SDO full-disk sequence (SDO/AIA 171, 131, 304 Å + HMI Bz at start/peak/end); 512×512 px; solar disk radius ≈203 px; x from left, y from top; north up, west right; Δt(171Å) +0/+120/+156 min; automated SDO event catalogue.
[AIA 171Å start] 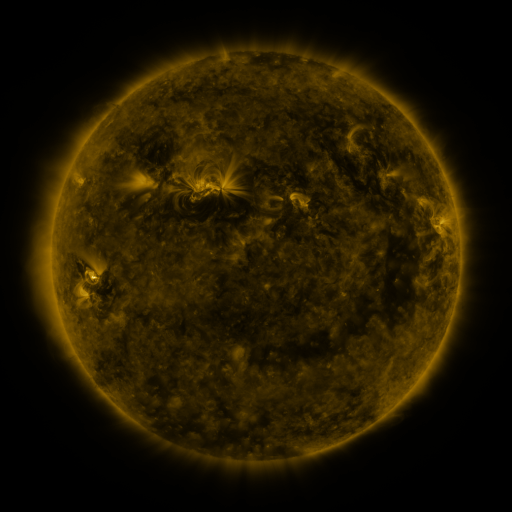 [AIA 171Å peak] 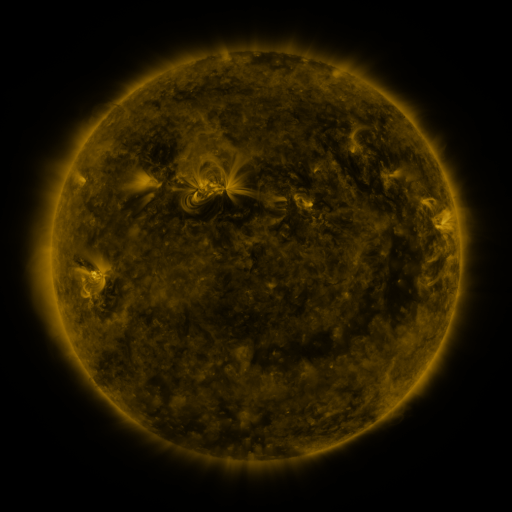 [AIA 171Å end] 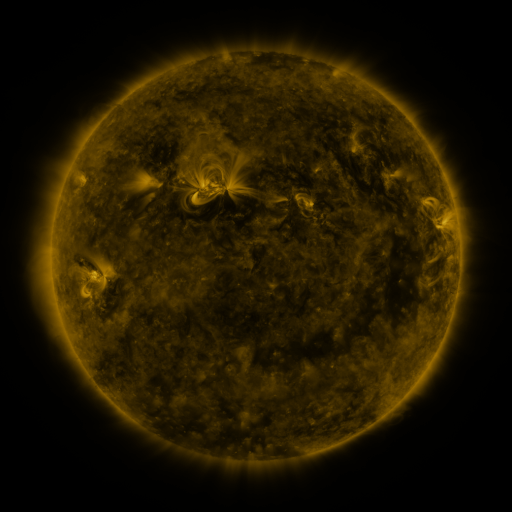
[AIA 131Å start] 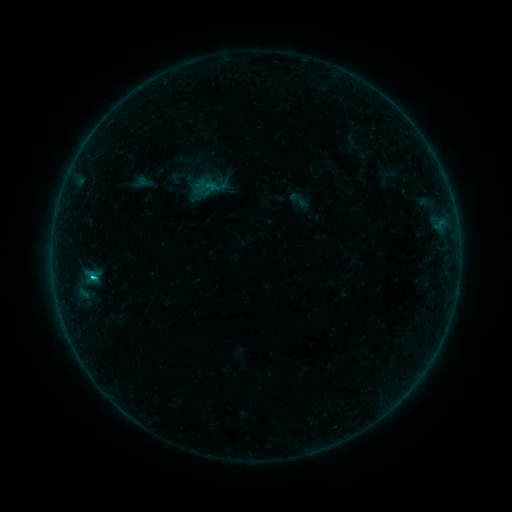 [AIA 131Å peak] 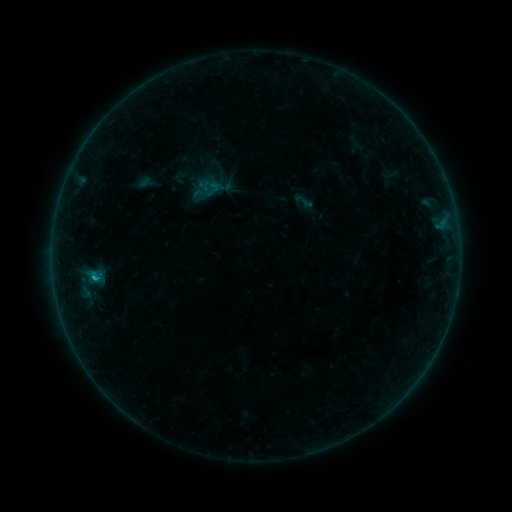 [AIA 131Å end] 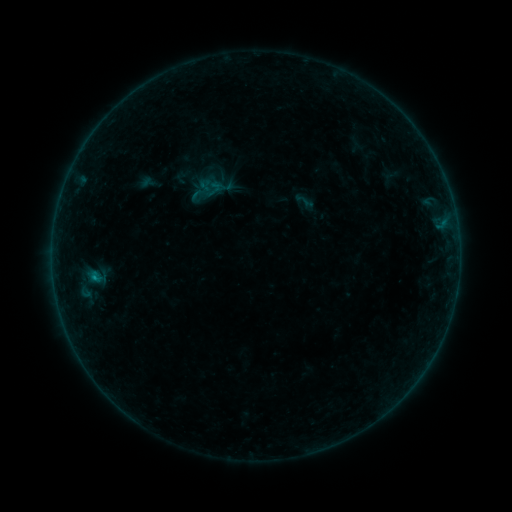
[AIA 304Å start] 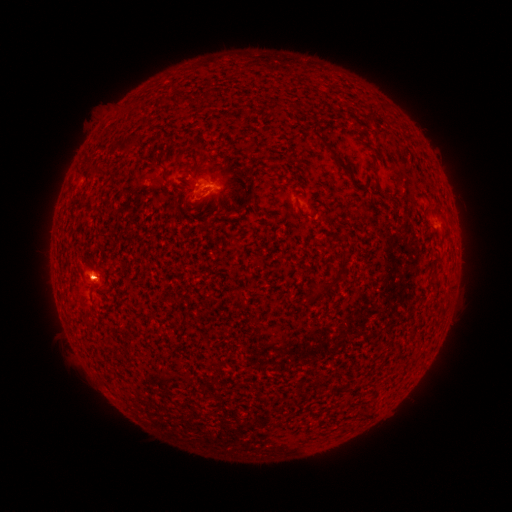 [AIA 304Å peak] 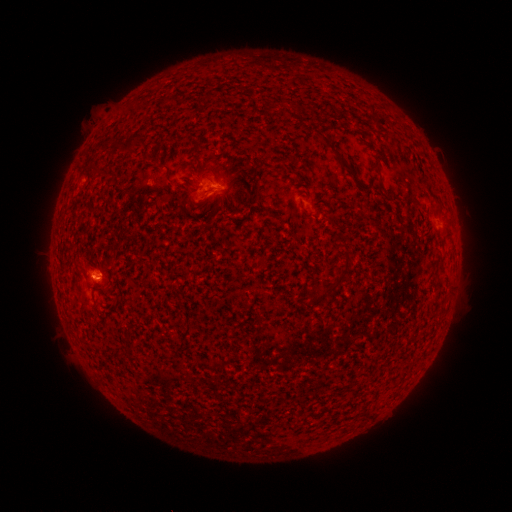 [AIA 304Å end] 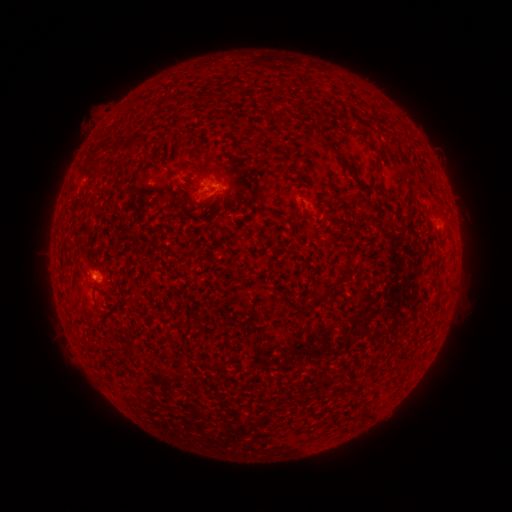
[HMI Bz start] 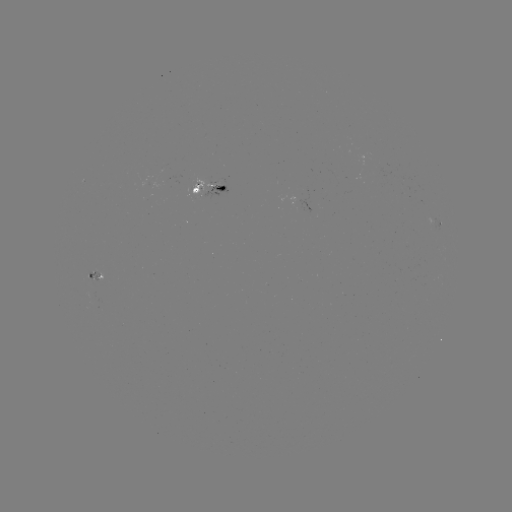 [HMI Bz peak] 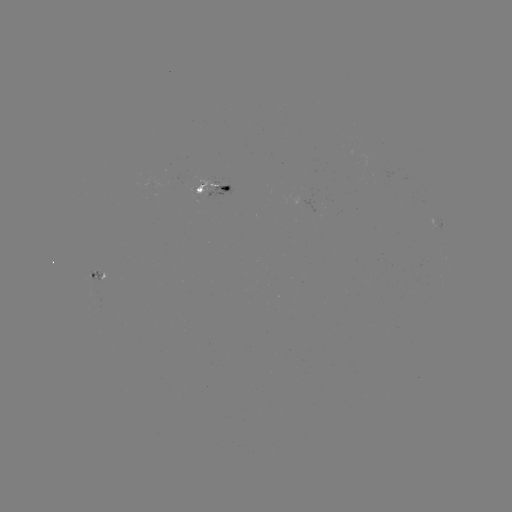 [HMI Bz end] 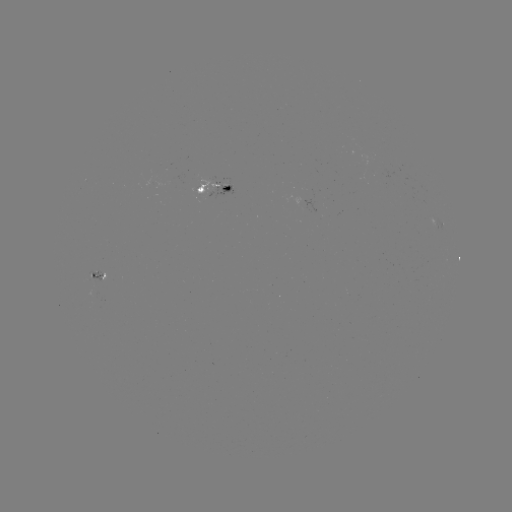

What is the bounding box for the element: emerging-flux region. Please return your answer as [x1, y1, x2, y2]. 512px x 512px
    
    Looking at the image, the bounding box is [86, 268, 102, 283].